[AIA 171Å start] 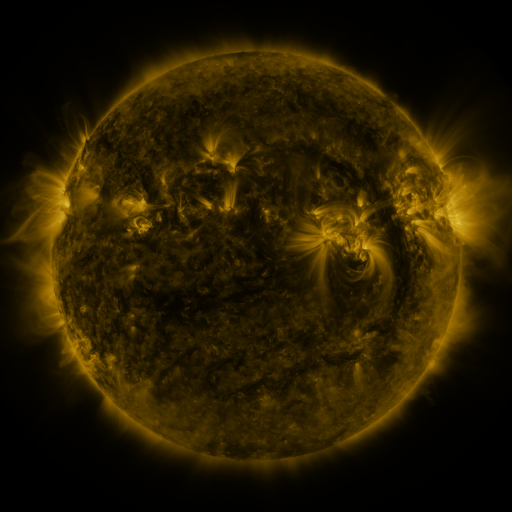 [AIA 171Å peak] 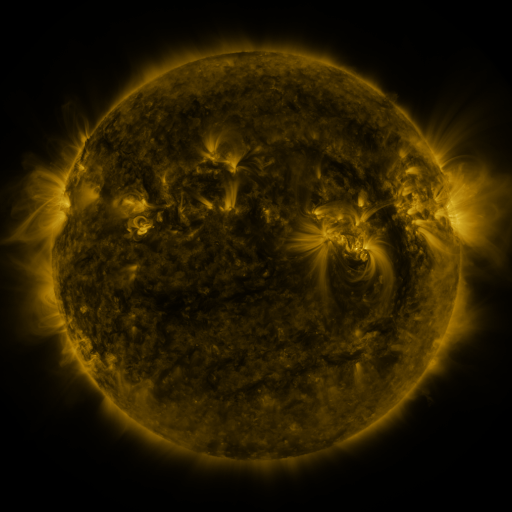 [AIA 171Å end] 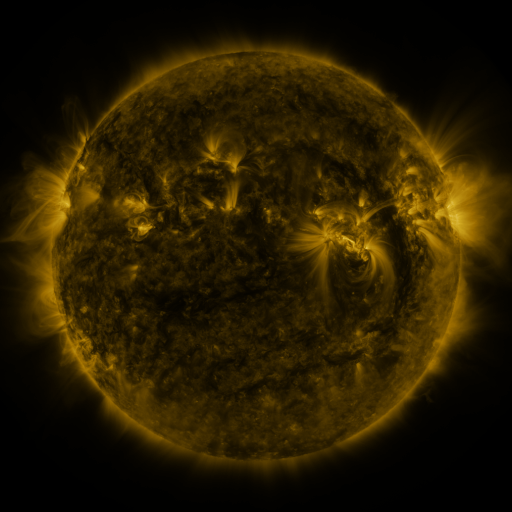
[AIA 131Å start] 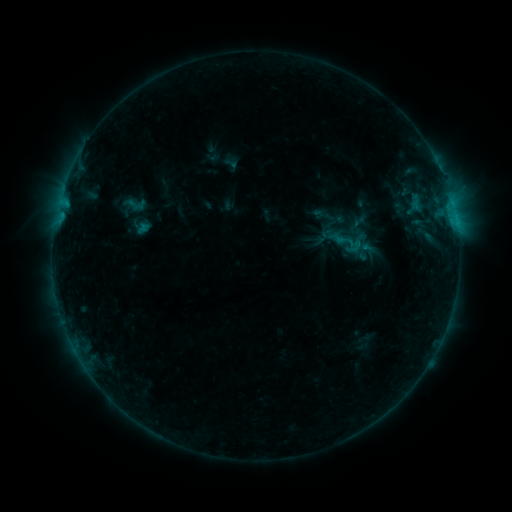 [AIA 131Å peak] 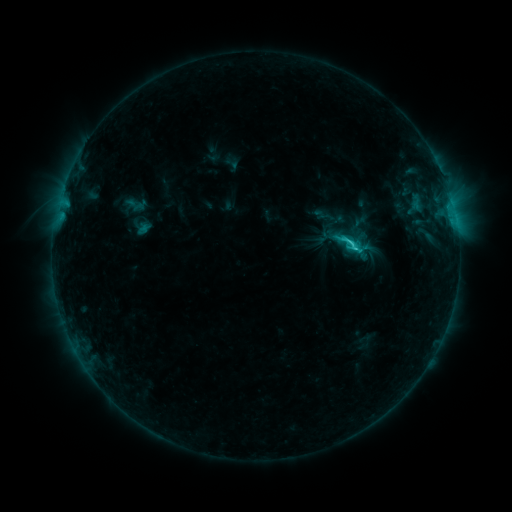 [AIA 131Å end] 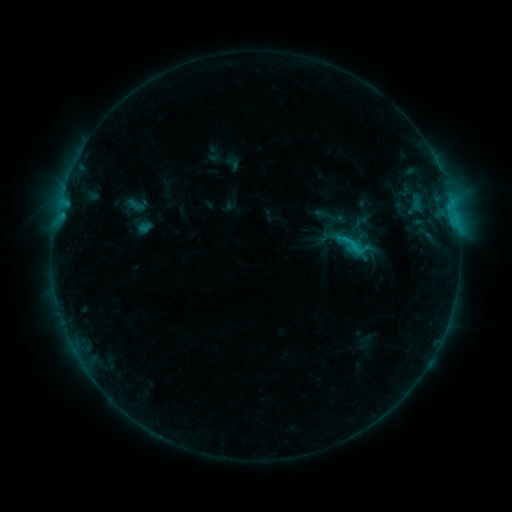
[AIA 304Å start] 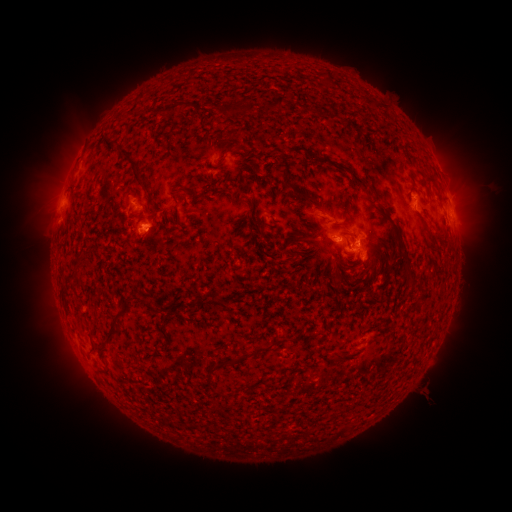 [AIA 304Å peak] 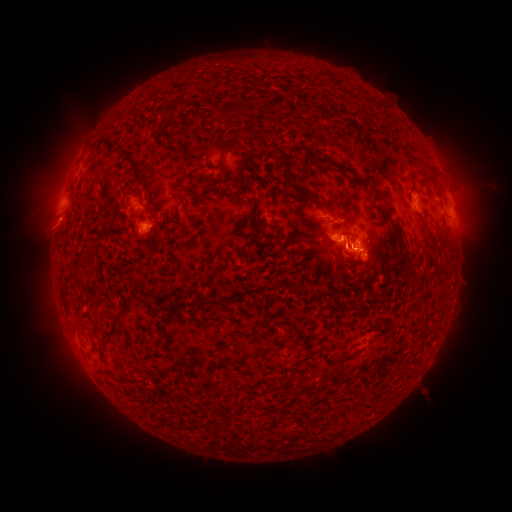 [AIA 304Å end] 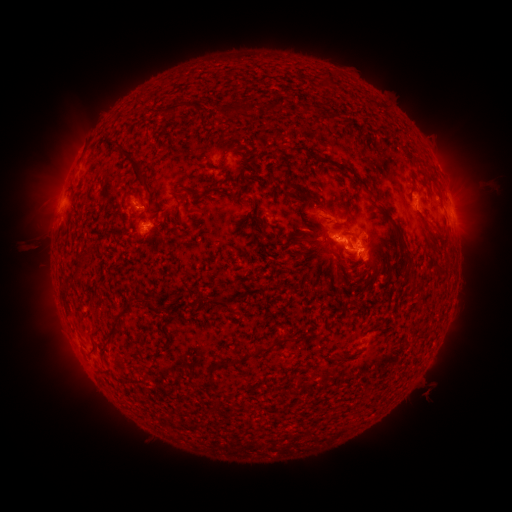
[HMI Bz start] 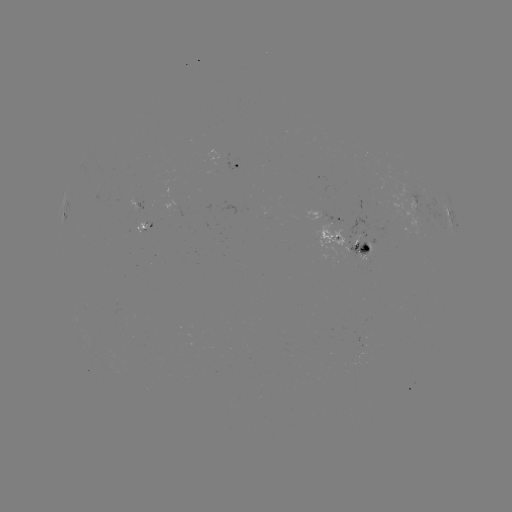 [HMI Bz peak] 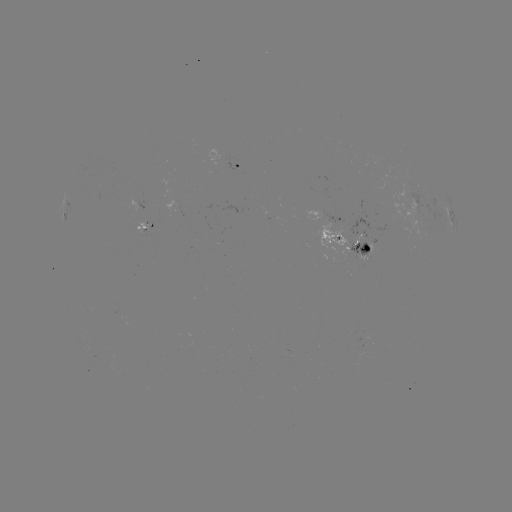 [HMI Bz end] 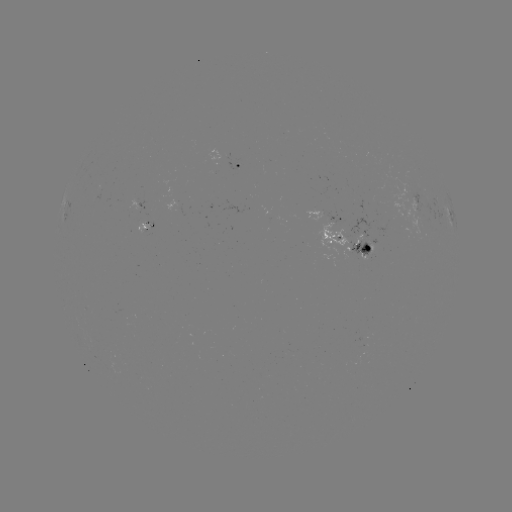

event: flare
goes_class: C2.5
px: (328, 246)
